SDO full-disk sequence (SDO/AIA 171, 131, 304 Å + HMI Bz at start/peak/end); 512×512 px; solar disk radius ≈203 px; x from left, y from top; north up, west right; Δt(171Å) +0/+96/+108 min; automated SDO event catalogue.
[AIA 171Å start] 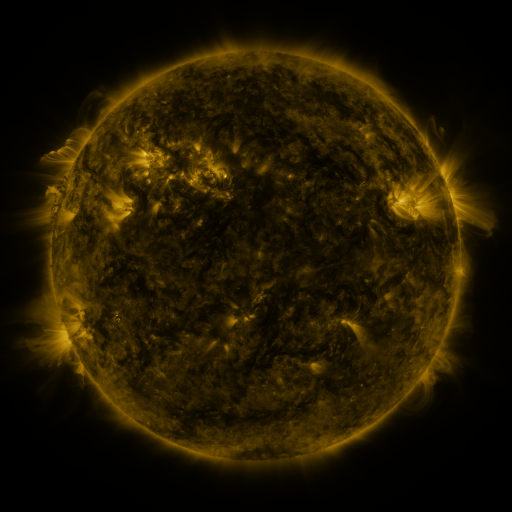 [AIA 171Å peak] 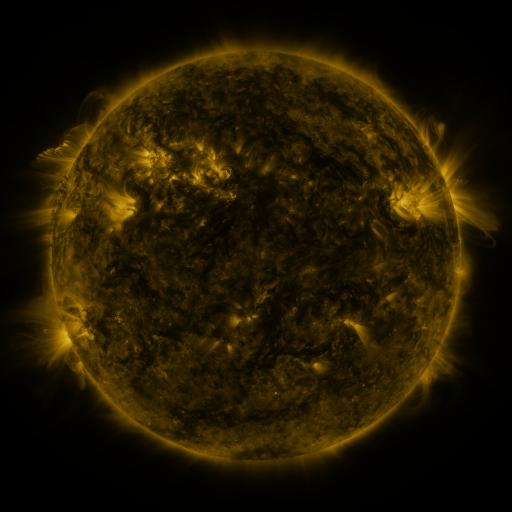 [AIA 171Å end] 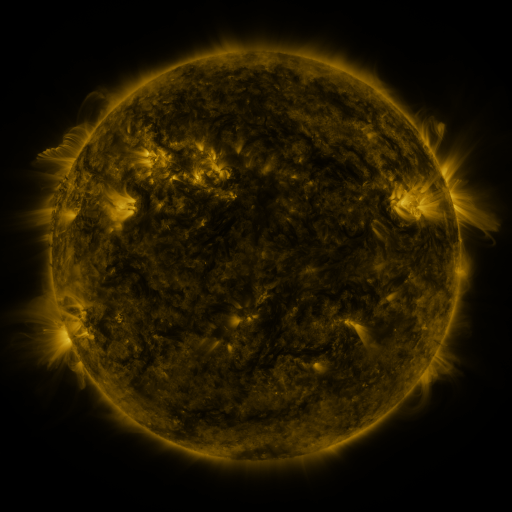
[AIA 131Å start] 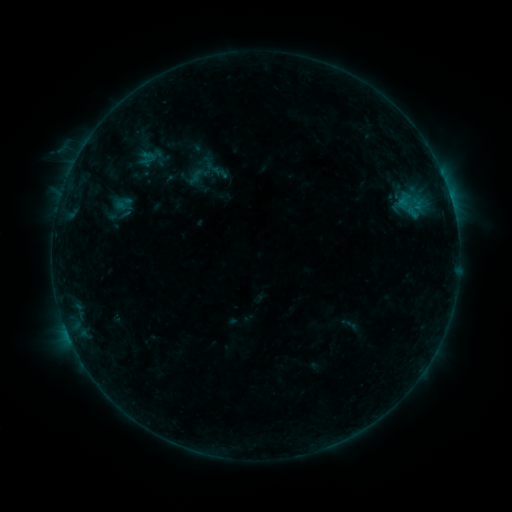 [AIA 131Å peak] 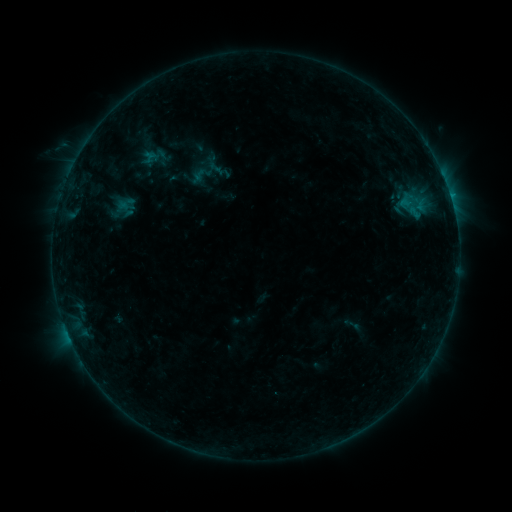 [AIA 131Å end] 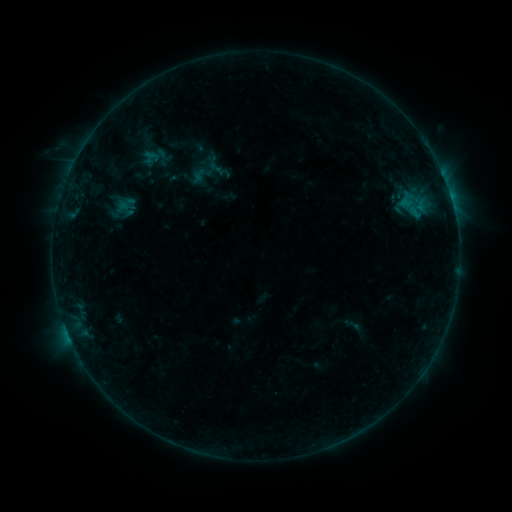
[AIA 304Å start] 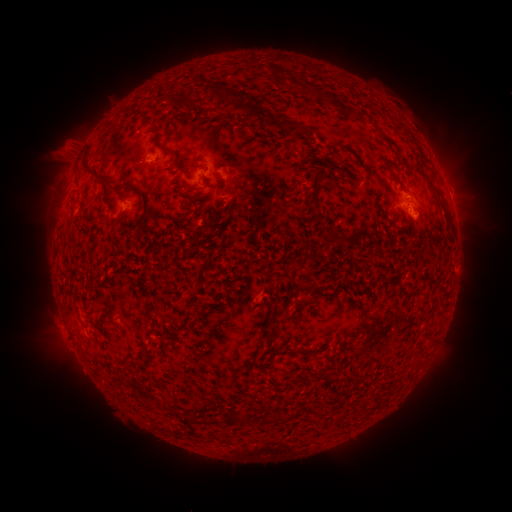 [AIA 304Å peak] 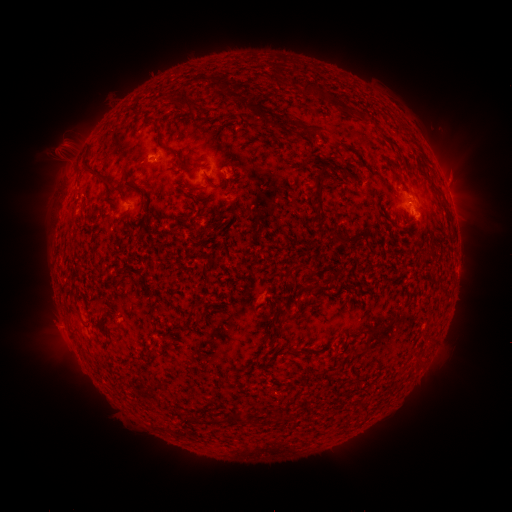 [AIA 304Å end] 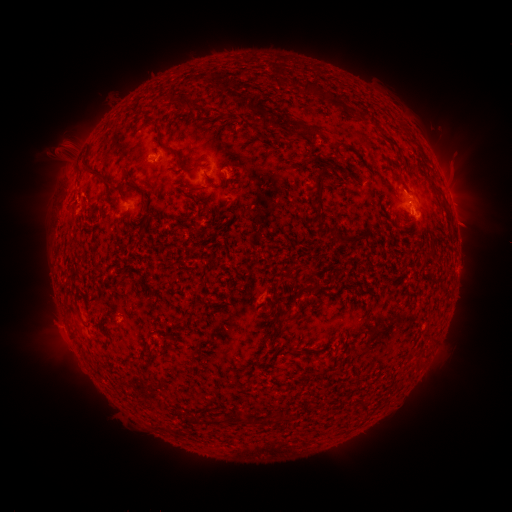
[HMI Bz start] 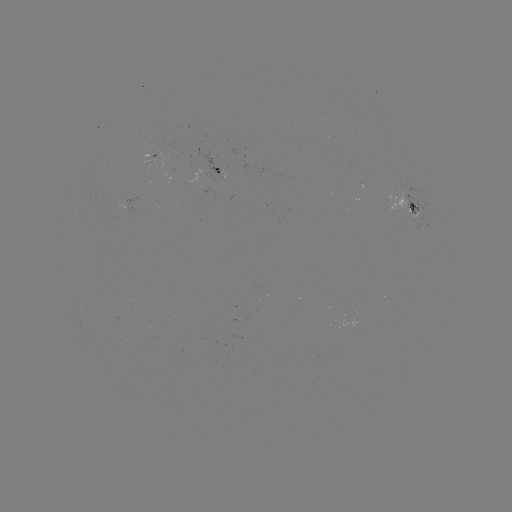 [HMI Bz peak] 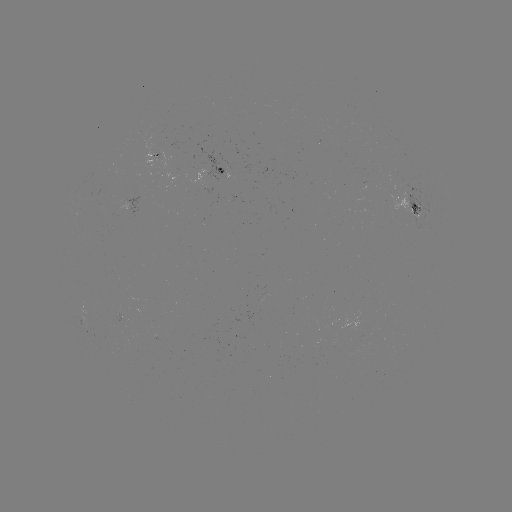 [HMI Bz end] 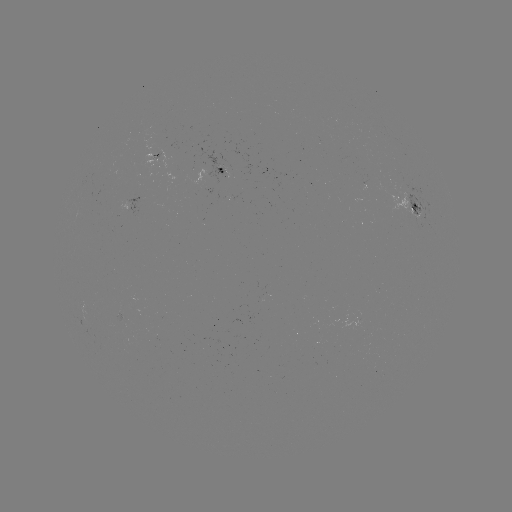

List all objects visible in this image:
emerging-flux region: (120, 319)
